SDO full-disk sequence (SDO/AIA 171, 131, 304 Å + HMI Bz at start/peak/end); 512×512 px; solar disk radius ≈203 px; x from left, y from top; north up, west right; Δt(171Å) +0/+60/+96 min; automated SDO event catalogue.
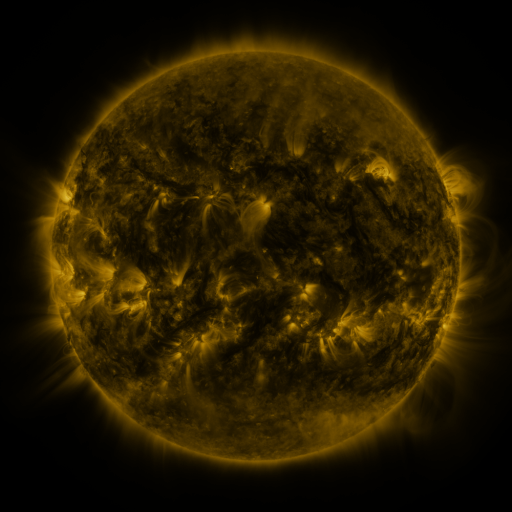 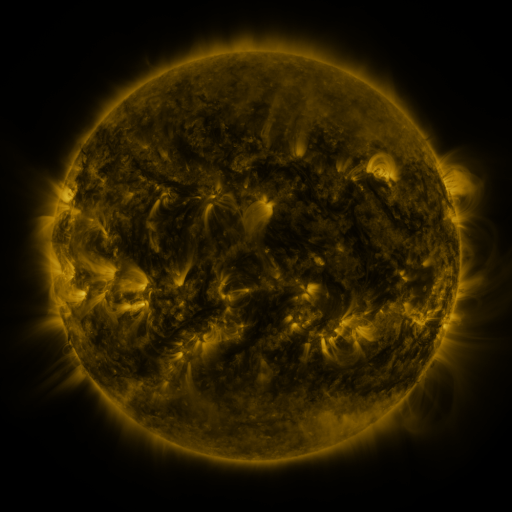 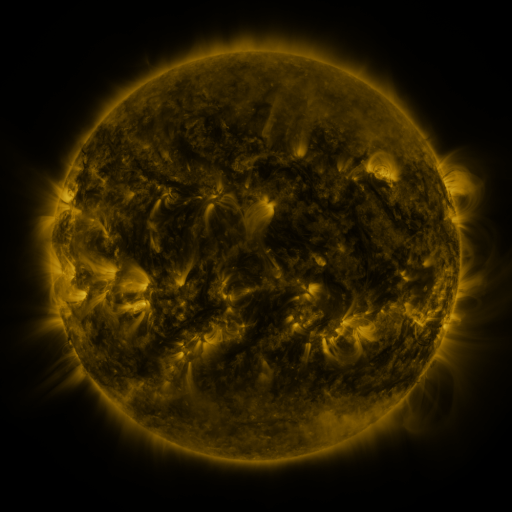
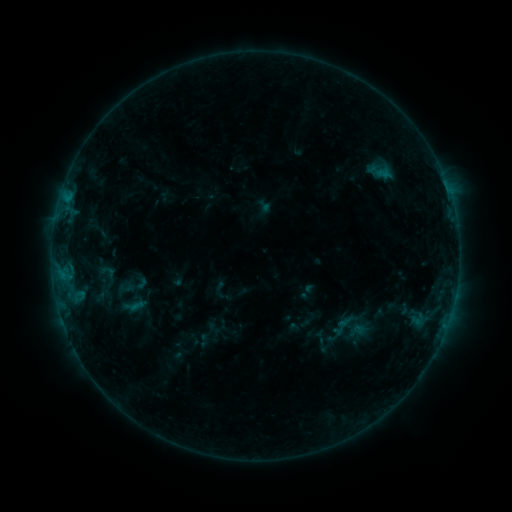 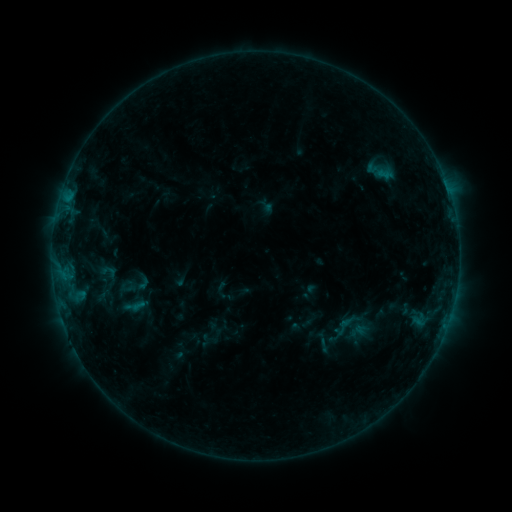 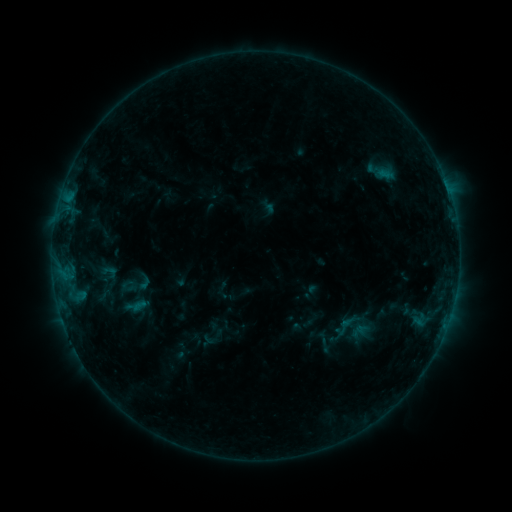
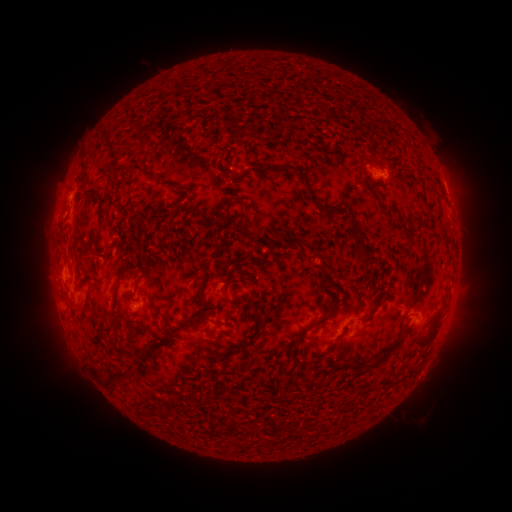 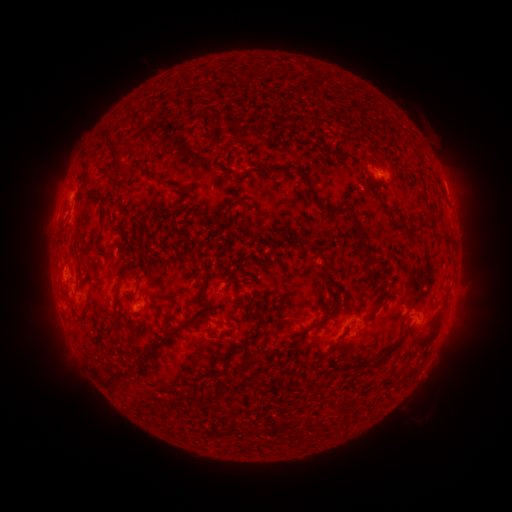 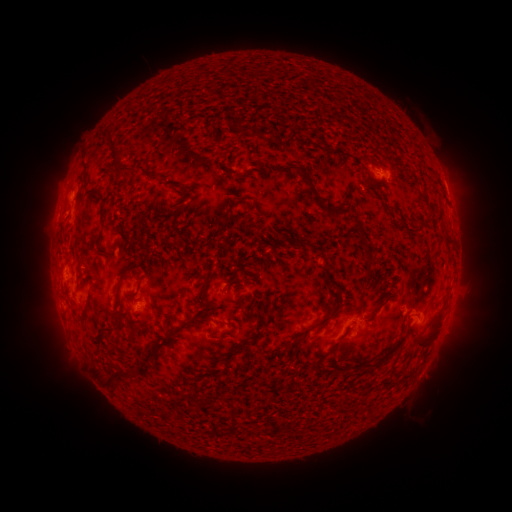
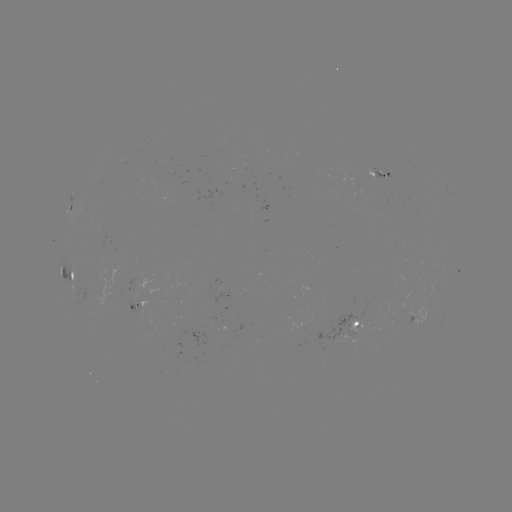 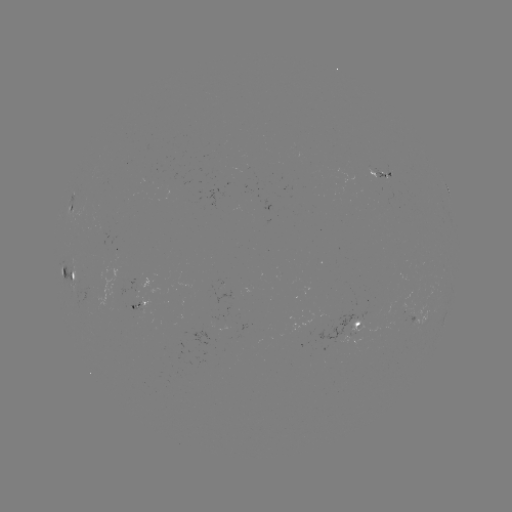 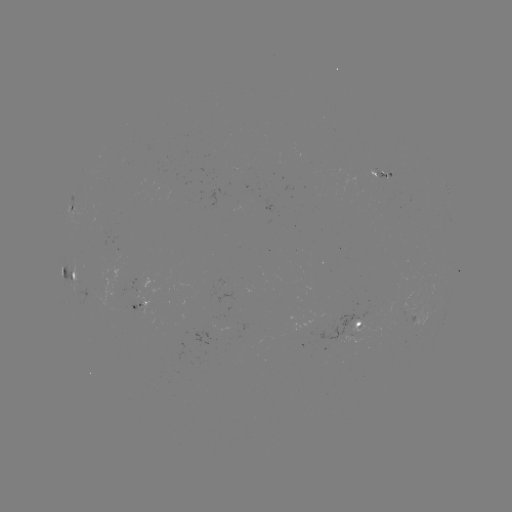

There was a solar emerging-flux region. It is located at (232, 211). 